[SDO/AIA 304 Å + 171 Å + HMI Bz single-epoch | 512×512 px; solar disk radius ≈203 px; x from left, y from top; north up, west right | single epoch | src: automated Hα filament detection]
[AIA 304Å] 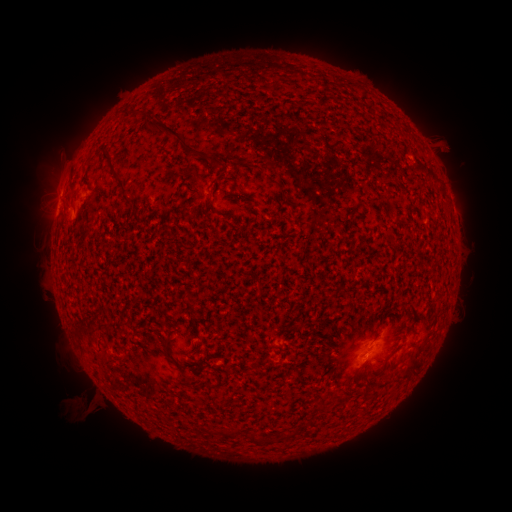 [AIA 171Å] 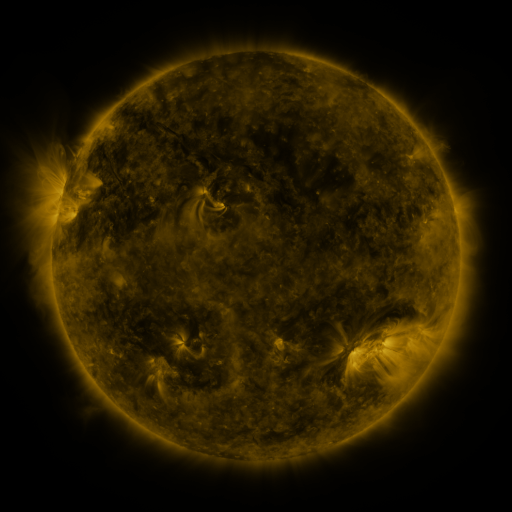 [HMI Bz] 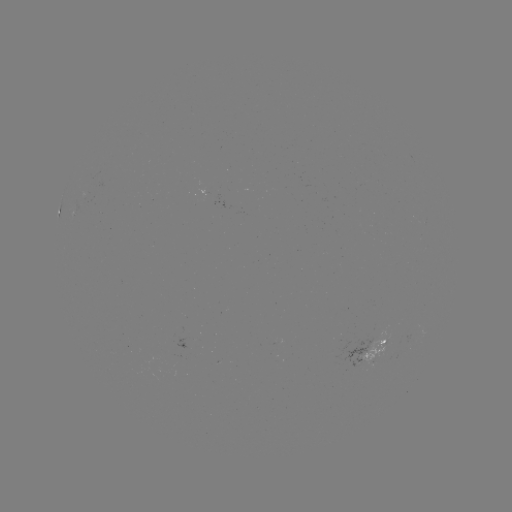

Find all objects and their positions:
filament: (183, 139)
filament: (117, 174)
filament: (265, 175)
filament: (173, 359)
filament: (188, 378)
filament: (337, 398)
filament: (251, 439)
